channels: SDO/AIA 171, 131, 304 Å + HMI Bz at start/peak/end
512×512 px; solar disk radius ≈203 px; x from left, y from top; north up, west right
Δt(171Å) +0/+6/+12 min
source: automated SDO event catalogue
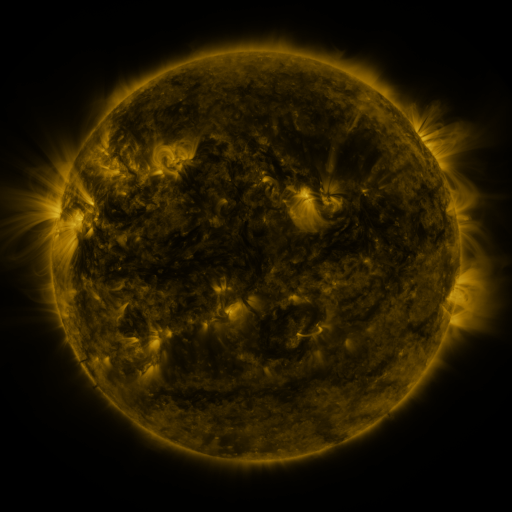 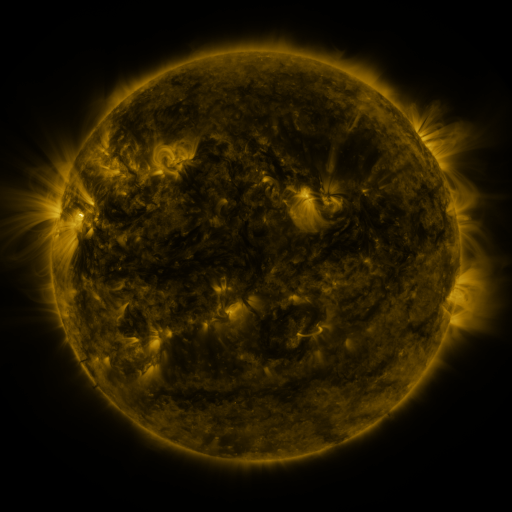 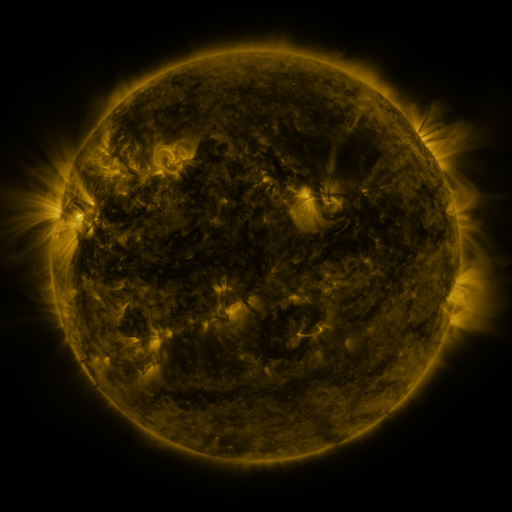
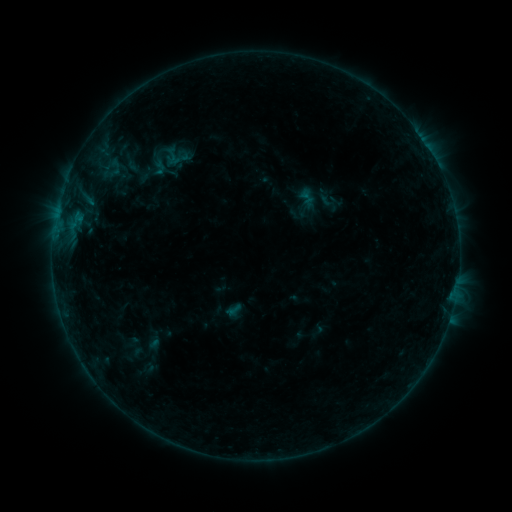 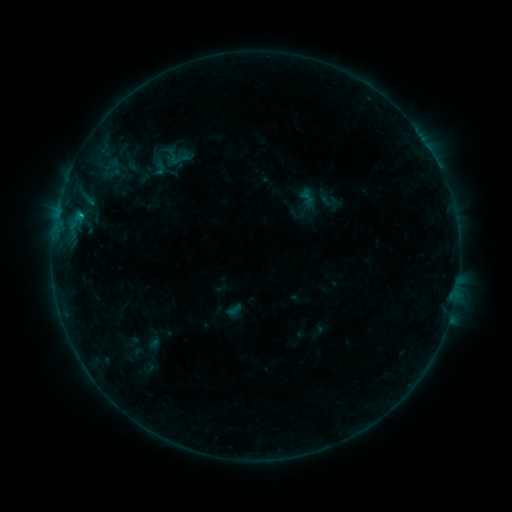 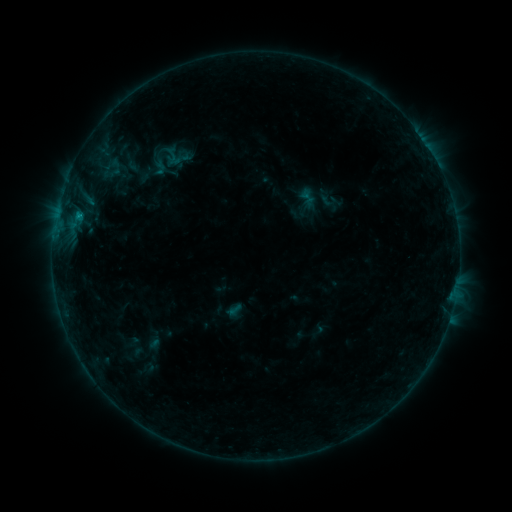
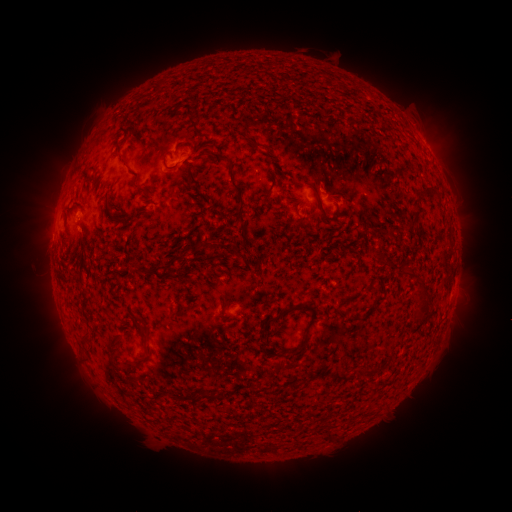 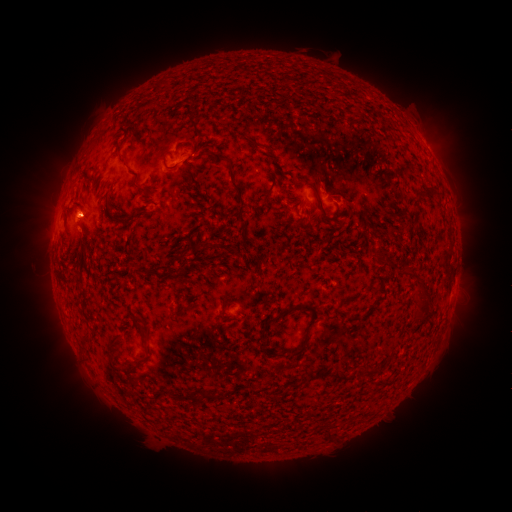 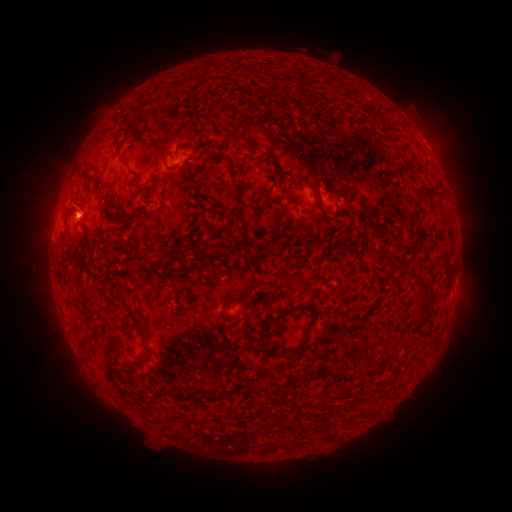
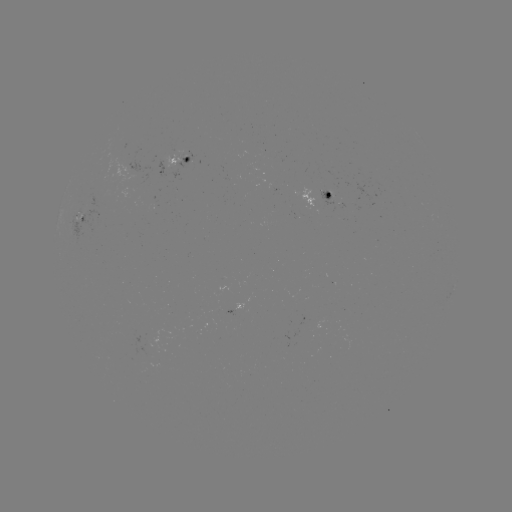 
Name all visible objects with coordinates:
B7.8 flare: (78, 213)
